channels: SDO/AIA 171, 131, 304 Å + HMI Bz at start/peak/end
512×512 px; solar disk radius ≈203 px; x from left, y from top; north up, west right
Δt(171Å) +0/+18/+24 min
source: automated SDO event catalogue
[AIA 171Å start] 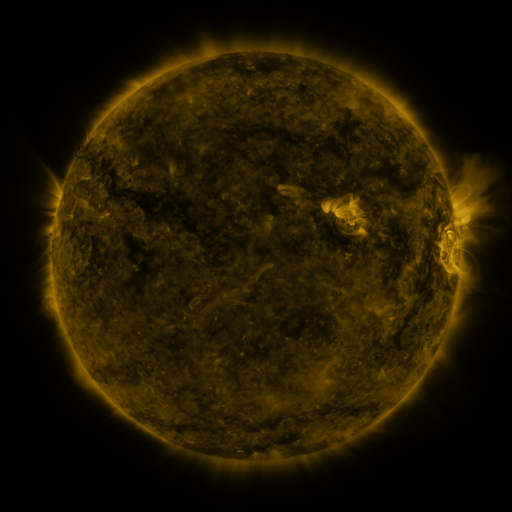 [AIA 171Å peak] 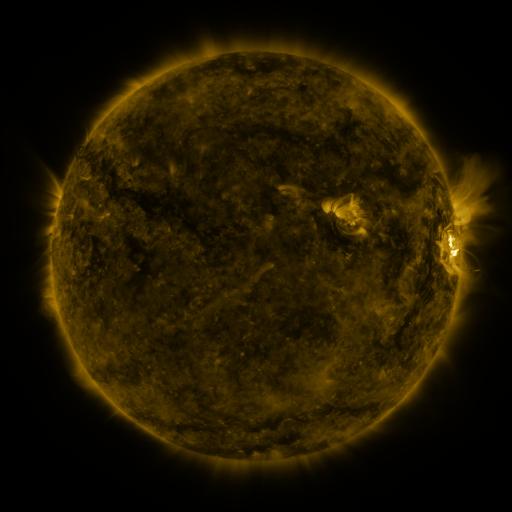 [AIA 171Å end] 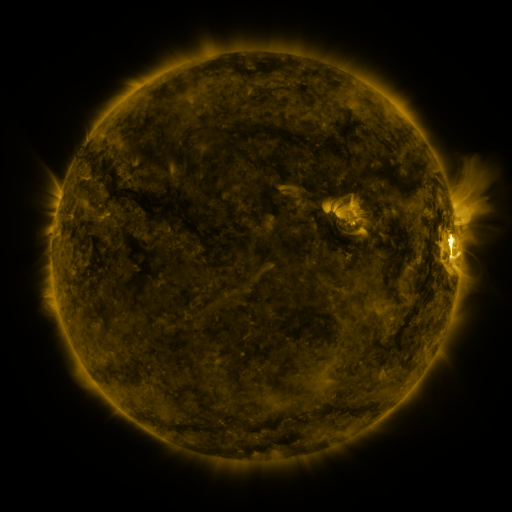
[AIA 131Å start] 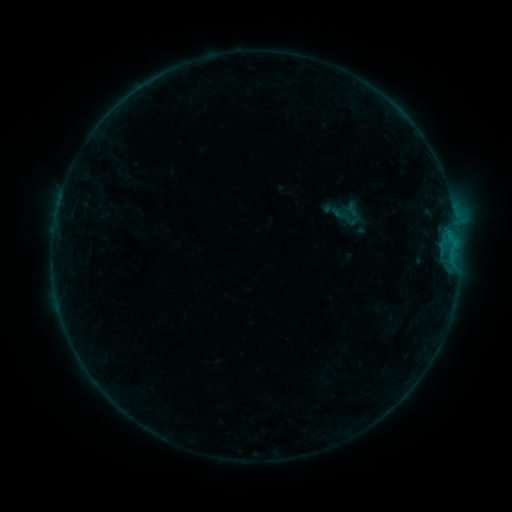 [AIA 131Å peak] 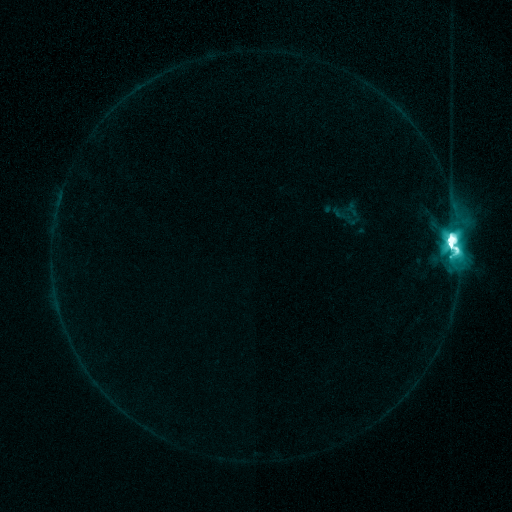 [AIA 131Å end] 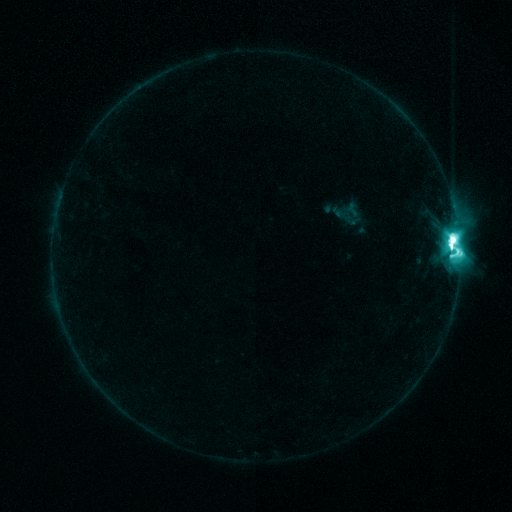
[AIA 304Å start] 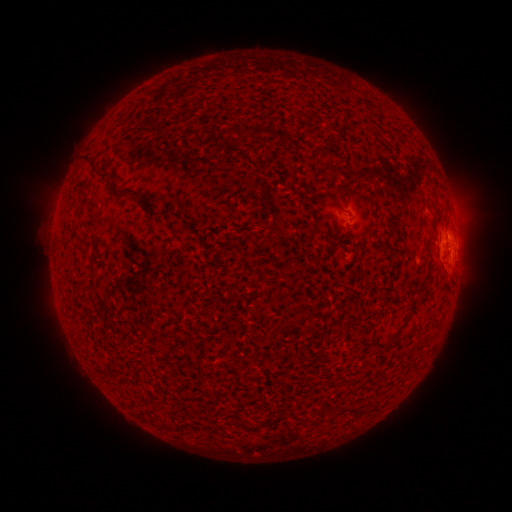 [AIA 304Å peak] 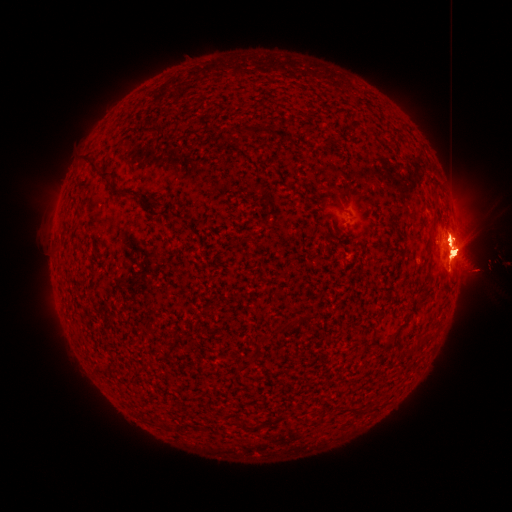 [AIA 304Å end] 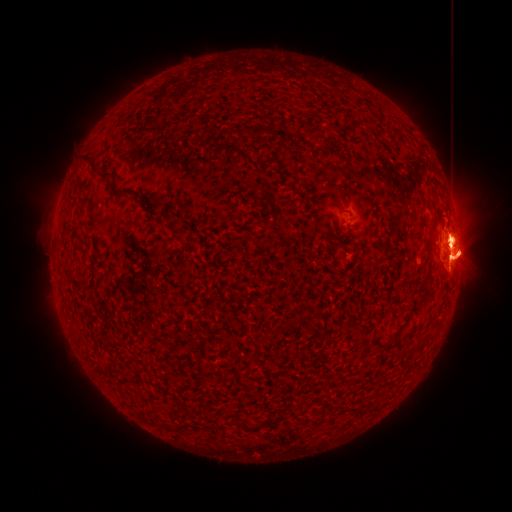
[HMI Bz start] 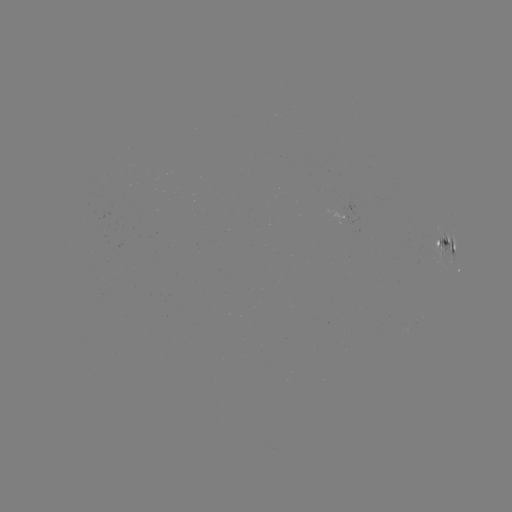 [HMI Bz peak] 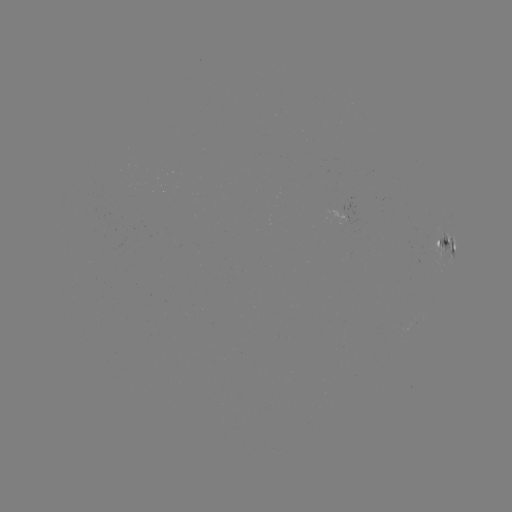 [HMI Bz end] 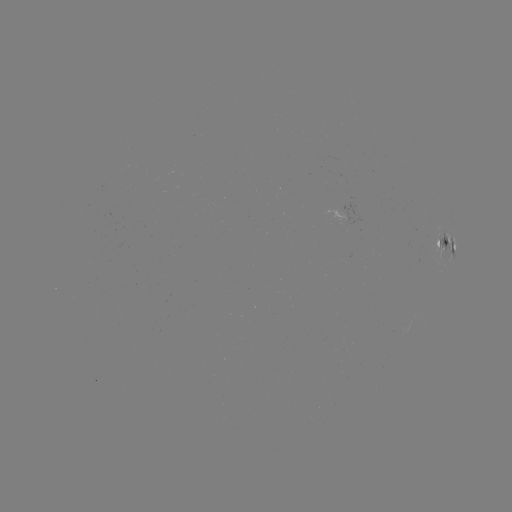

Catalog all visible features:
M7.6 flare: (449, 243)
